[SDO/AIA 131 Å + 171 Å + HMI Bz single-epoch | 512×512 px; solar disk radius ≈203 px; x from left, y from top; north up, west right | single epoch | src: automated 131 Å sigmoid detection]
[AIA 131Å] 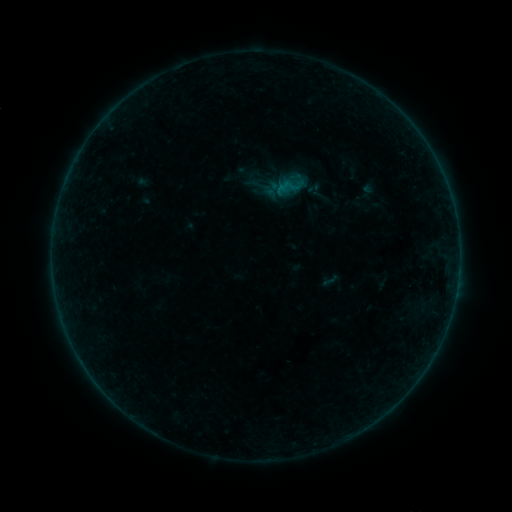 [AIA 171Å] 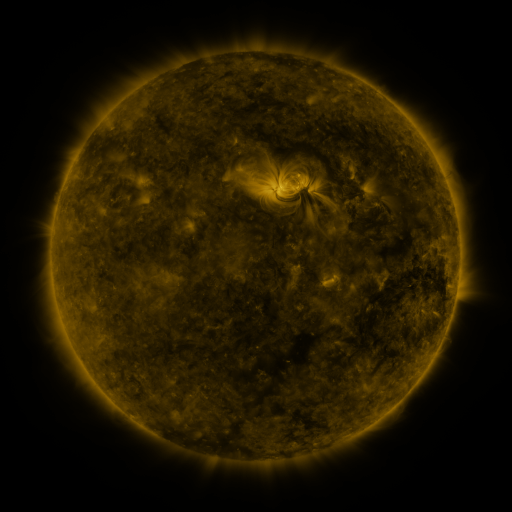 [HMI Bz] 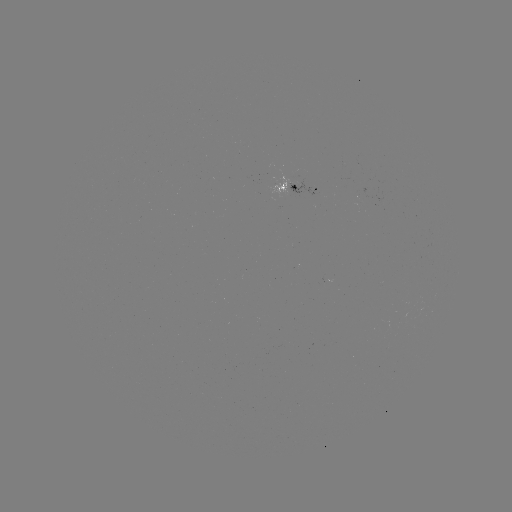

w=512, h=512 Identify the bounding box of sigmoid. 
[321, 271, 340, 290].